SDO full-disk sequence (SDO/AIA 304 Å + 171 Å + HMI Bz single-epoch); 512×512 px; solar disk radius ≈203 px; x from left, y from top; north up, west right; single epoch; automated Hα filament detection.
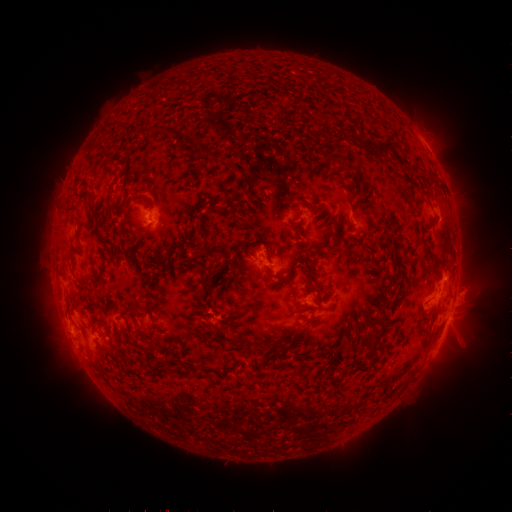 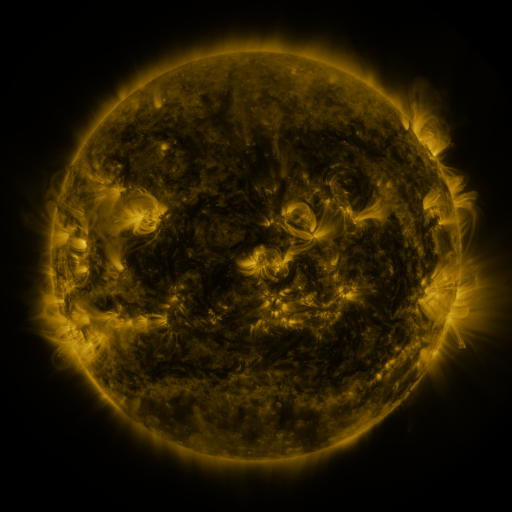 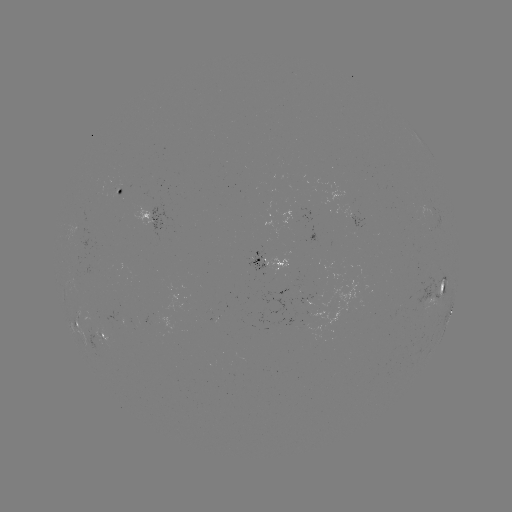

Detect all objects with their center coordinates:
filament: (128, 127, 151, 134)
filament: (360, 140, 393, 156)
filament: (345, 164, 355, 172)
filament: (243, 177, 251, 197)
filament: (399, 180, 412, 204)
filament: (133, 194, 145, 202)
filament: (196, 217, 213, 235)
filament: (425, 220, 437, 232)
filament: (132, 221, 153, 233)
filament: (320, 243, 337, 252)
filament: (298, 264, 322, 296)
filament: (374, 313, 386, 326)
filament: (294, 316, 311, 335)
filament: (359, 332, 379, 350)
filament: (227, 340, 239, 347)
filament: (325, 367, 332, 377)
